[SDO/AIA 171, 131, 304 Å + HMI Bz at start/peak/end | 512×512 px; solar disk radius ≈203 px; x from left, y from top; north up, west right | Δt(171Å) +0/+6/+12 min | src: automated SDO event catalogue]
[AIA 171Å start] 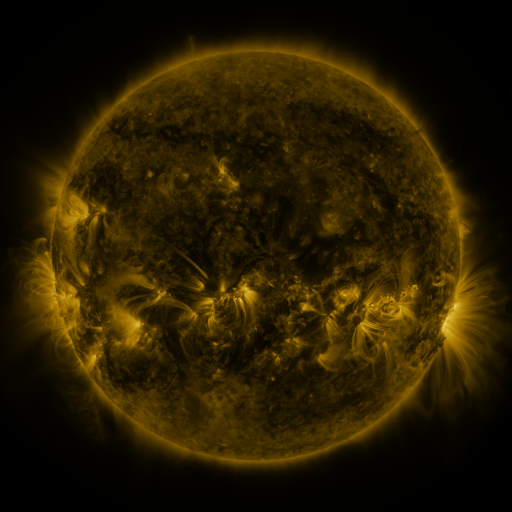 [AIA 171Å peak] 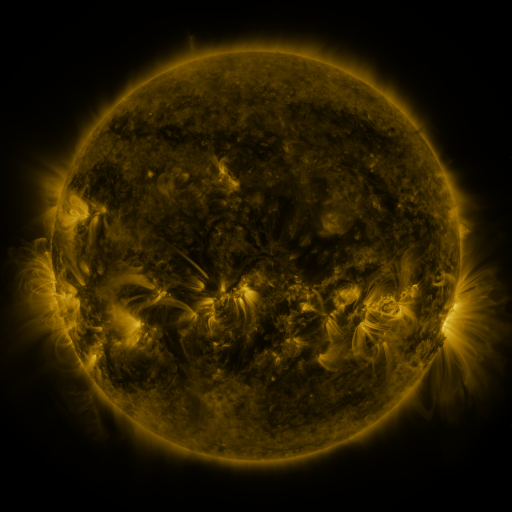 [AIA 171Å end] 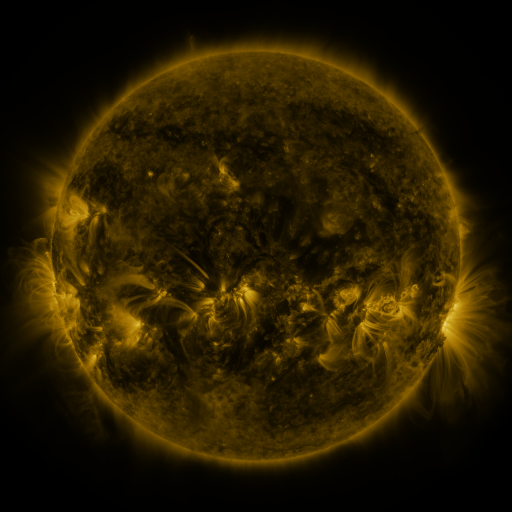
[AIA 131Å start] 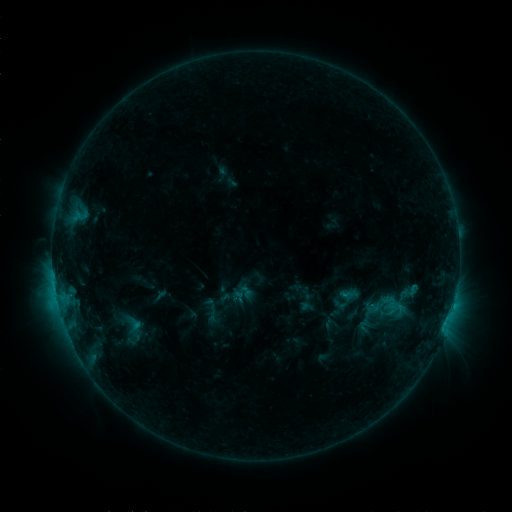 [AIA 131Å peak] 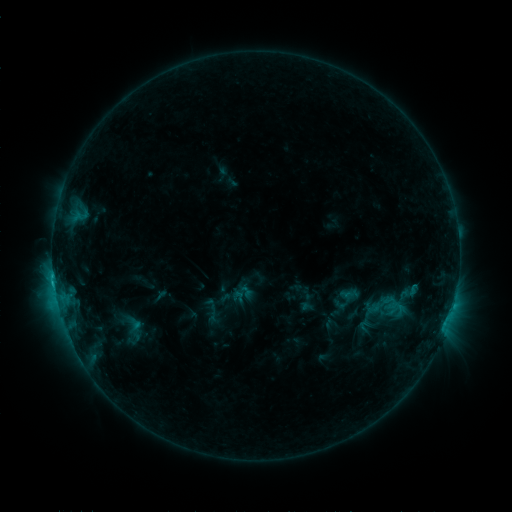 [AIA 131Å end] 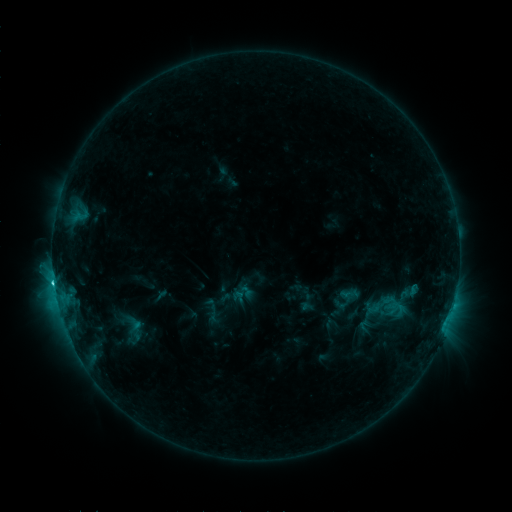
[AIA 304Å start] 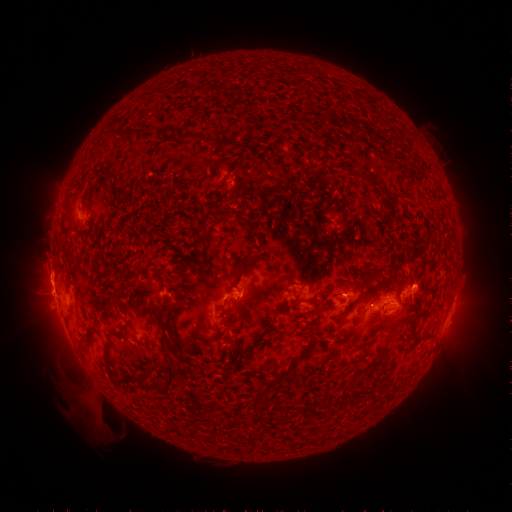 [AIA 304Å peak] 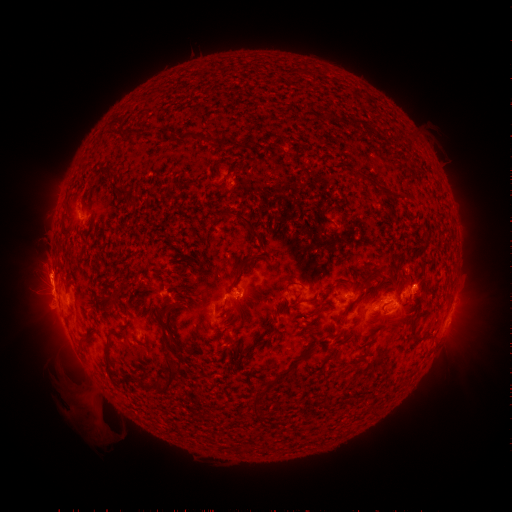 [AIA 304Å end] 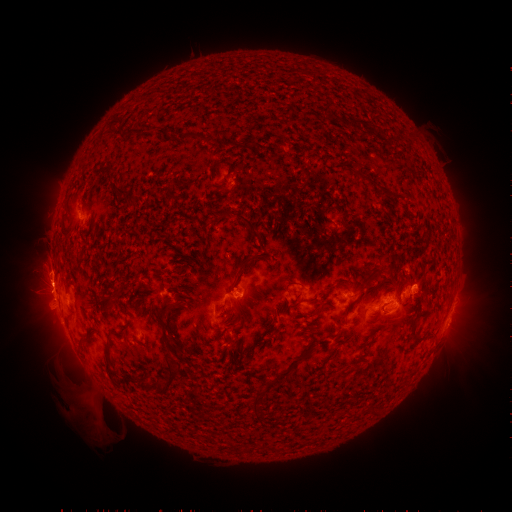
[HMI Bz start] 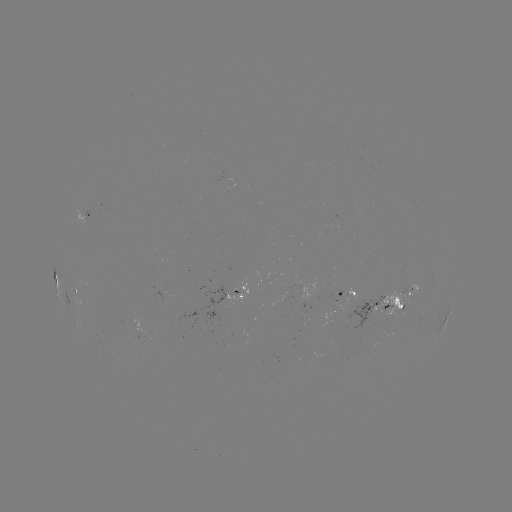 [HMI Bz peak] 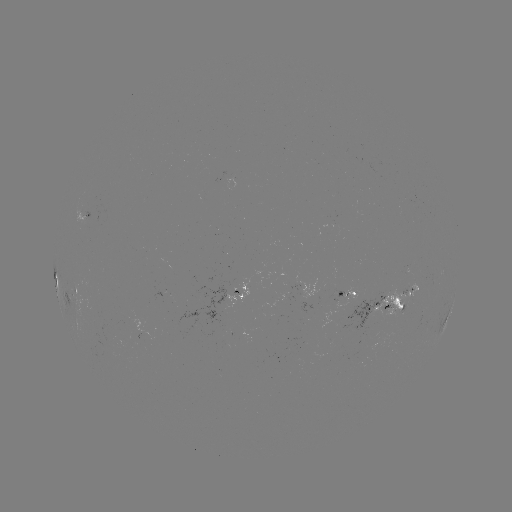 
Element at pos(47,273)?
eruption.